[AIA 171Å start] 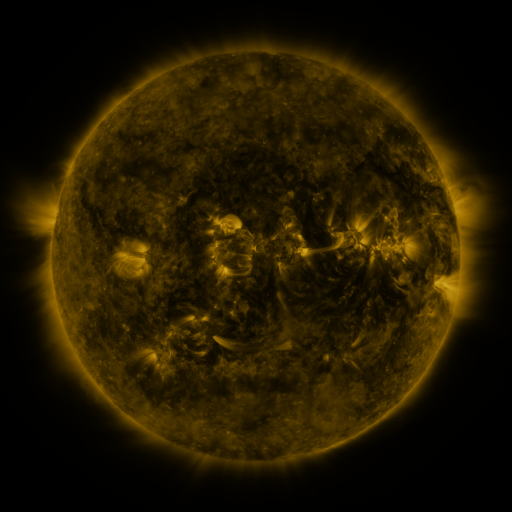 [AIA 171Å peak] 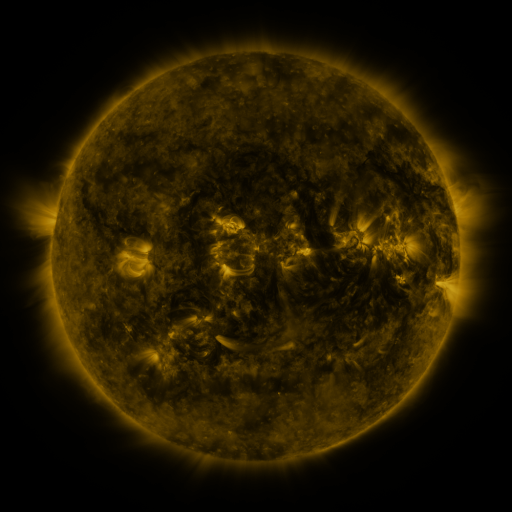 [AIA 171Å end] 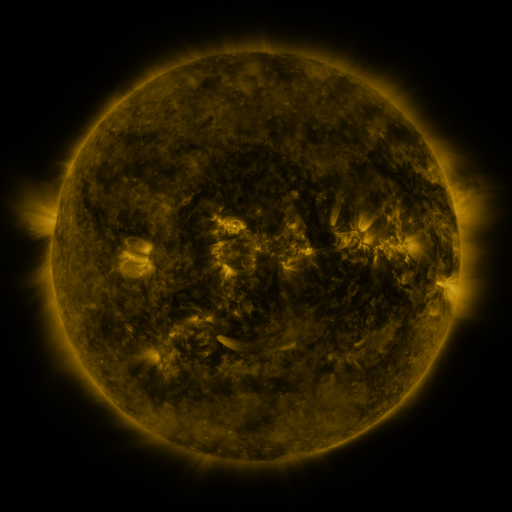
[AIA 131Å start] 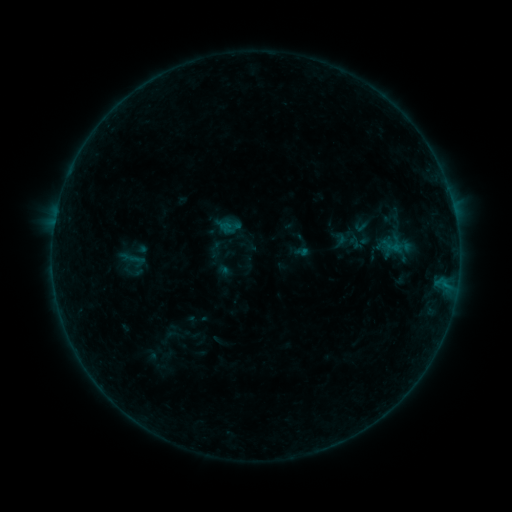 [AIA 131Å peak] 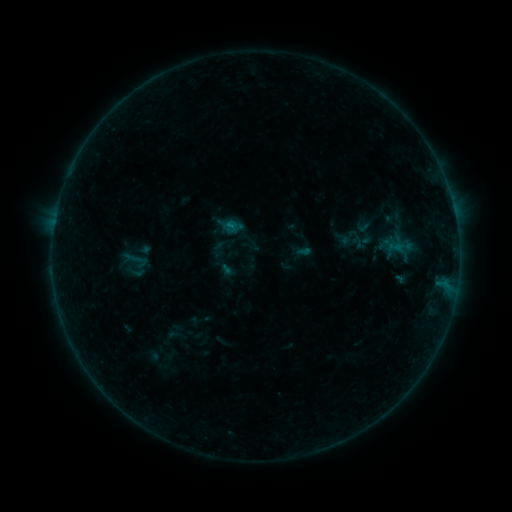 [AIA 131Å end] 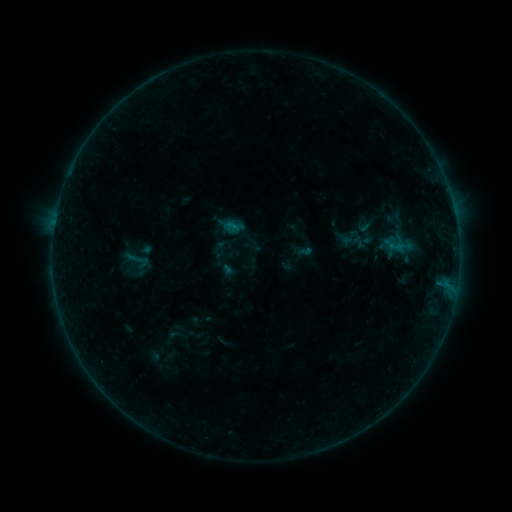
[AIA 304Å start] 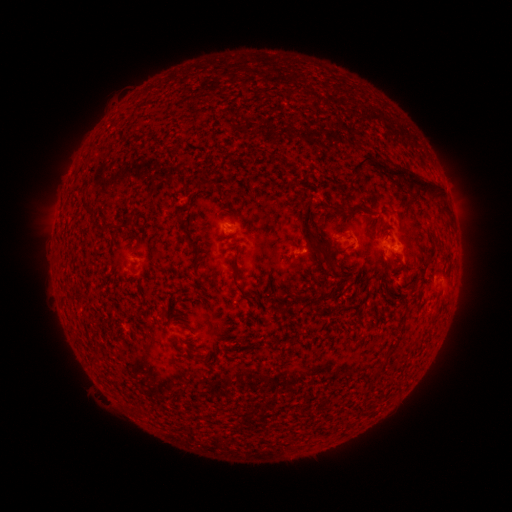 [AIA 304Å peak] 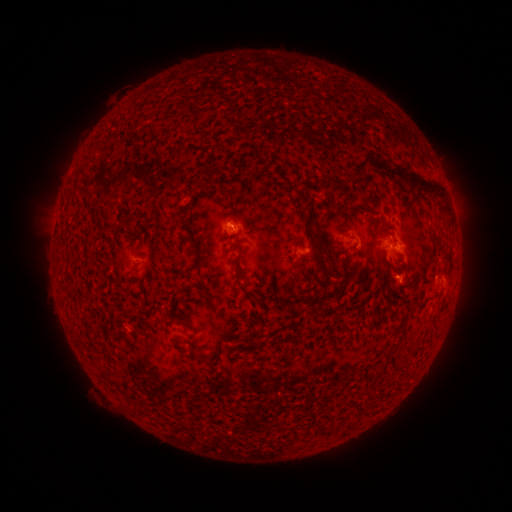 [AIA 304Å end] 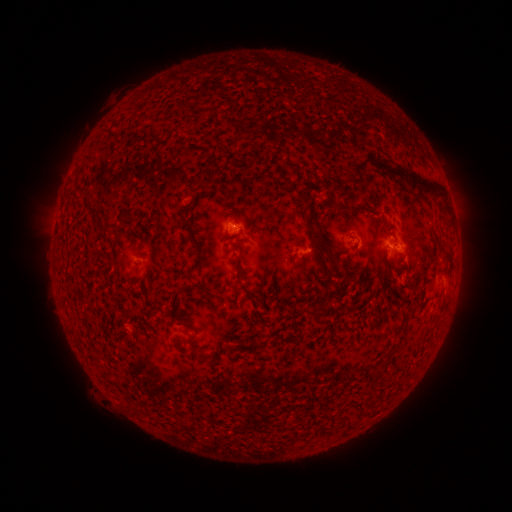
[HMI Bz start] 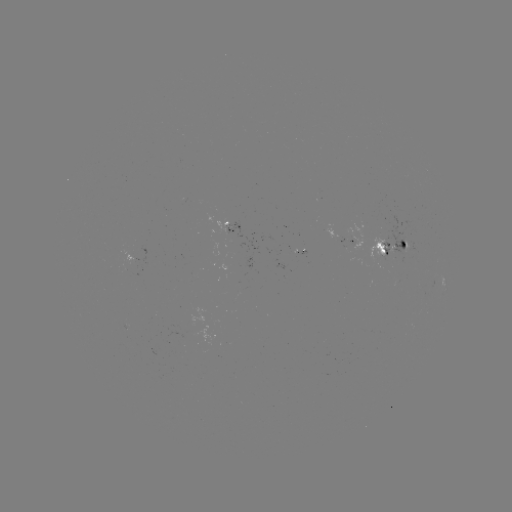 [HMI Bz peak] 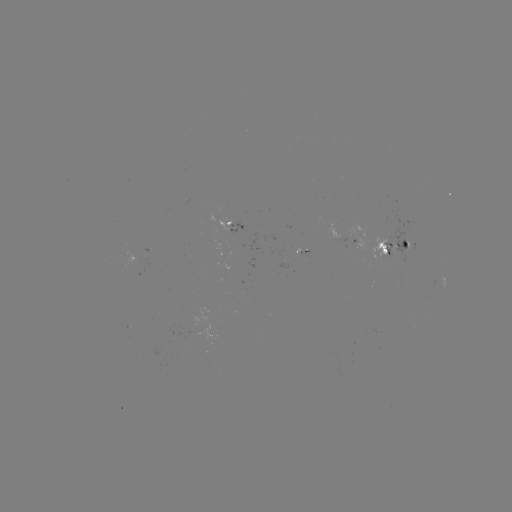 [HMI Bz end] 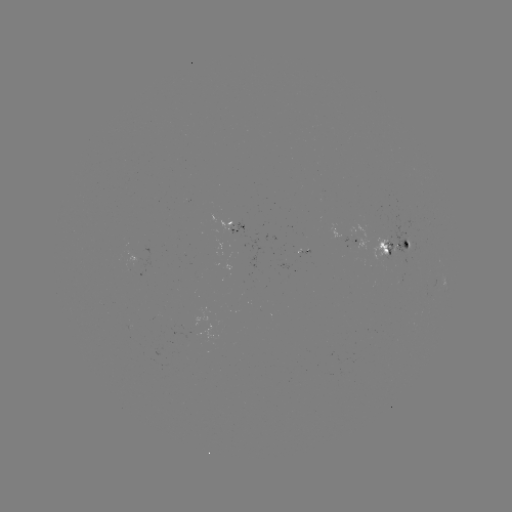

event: emerging-flux region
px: (405, 243)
